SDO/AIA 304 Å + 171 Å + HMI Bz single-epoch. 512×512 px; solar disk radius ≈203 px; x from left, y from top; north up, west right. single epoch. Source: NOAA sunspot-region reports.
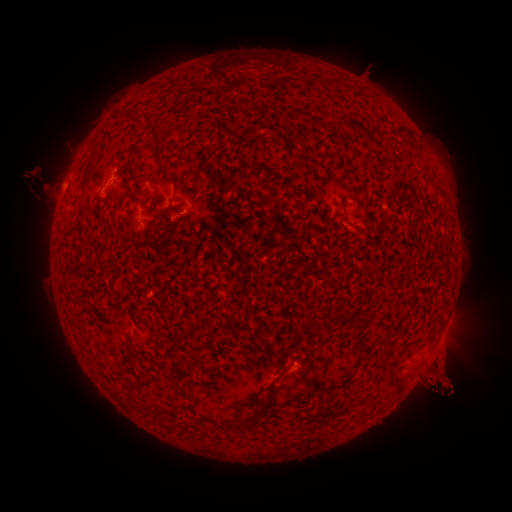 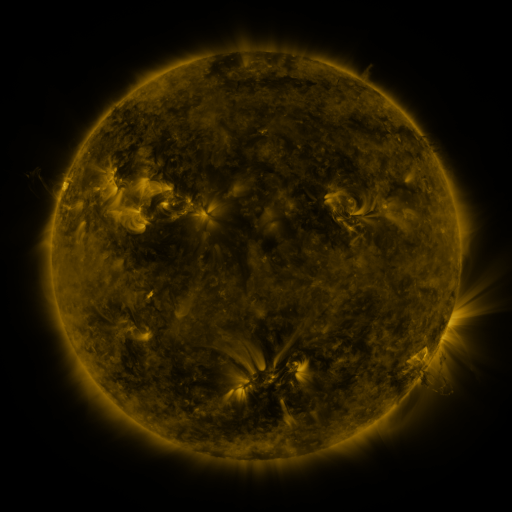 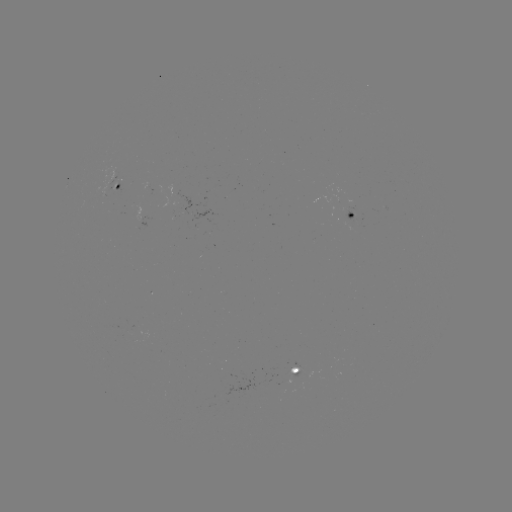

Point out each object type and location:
spotted active region: (116, 188)
spotted active region: (357, 215)
spotted active region: (296, 370)
